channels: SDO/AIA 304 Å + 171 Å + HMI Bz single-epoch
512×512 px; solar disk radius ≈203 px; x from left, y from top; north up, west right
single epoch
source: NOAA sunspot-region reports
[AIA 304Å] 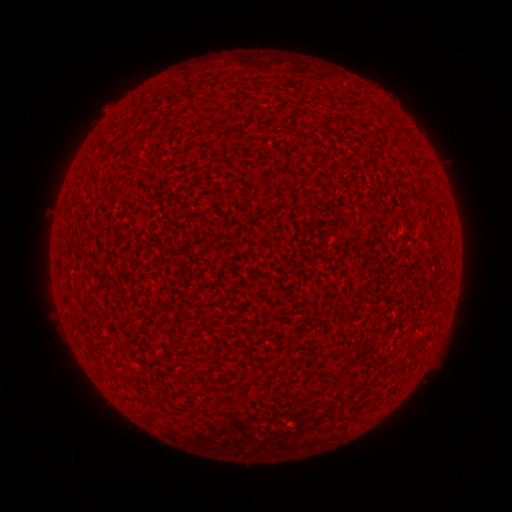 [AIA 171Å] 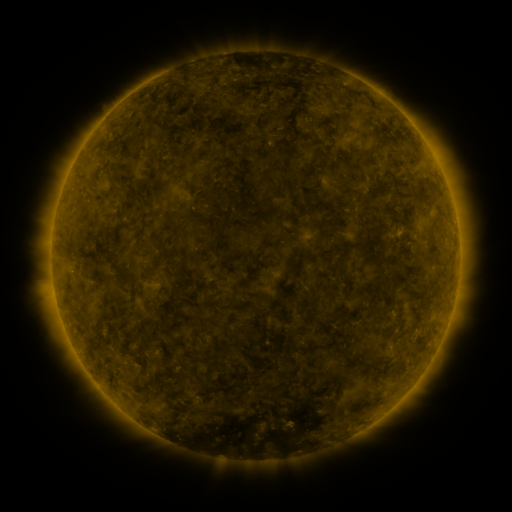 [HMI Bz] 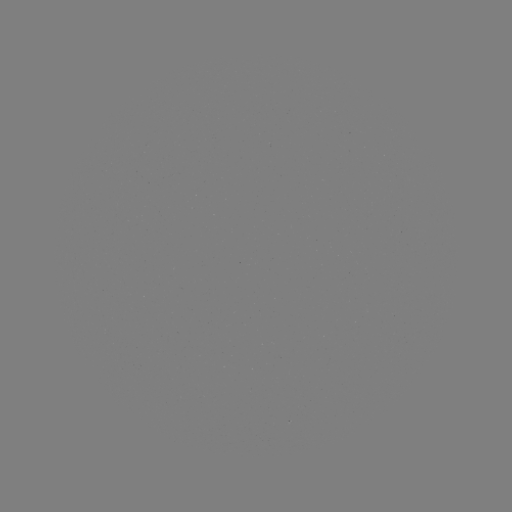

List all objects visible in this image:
(none)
